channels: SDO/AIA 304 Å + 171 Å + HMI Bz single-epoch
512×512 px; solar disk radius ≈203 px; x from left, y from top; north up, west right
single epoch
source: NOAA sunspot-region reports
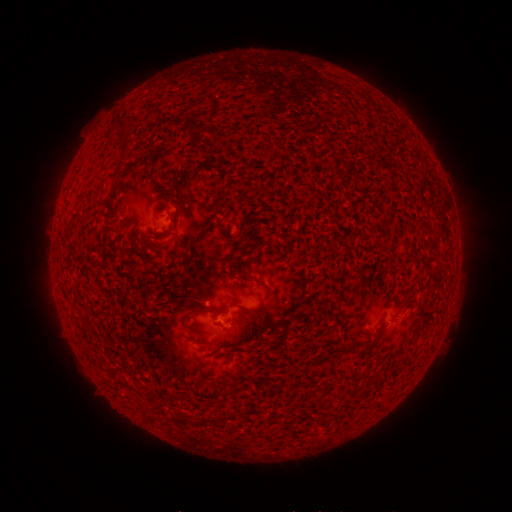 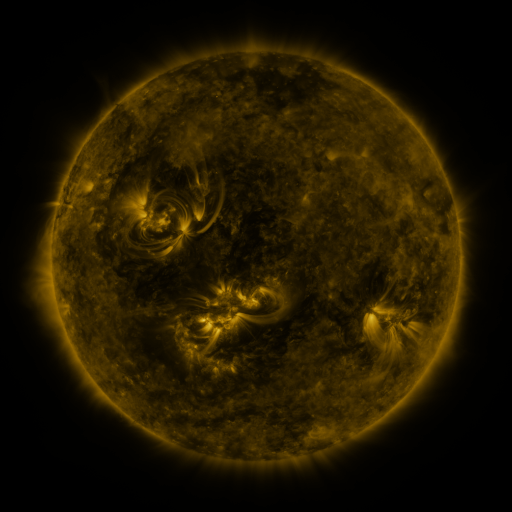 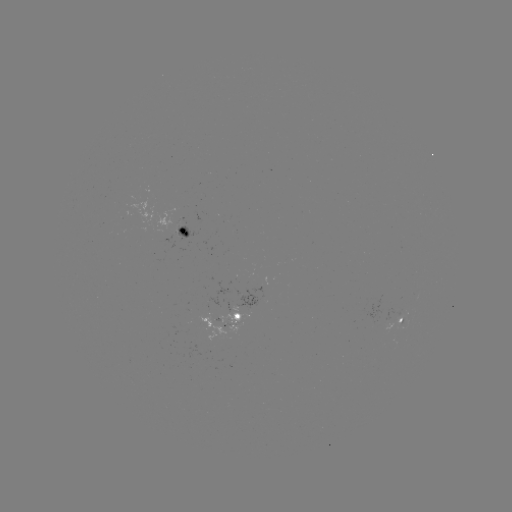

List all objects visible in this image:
spotted active region: (185, 228)
spotted active region: (227, 311)
spotted active region: (402, 320)
